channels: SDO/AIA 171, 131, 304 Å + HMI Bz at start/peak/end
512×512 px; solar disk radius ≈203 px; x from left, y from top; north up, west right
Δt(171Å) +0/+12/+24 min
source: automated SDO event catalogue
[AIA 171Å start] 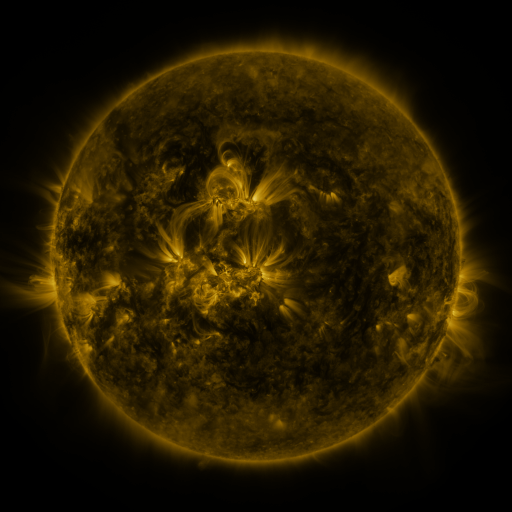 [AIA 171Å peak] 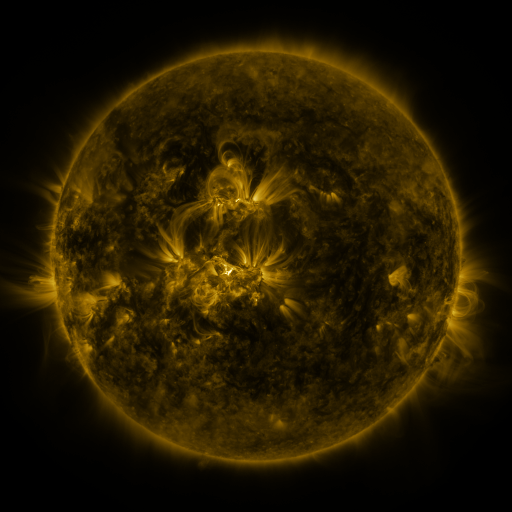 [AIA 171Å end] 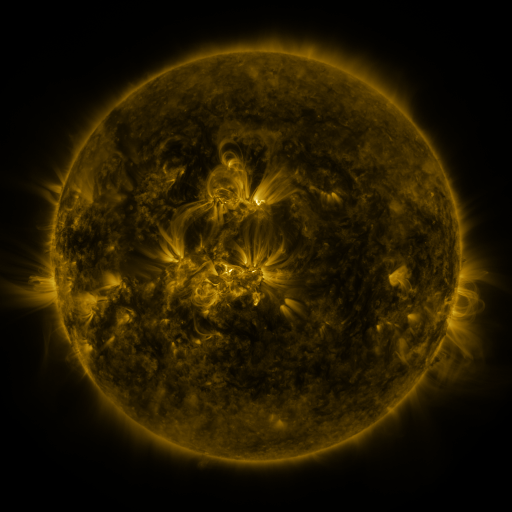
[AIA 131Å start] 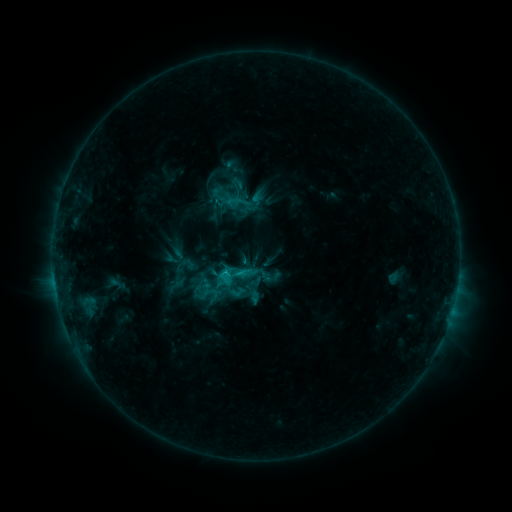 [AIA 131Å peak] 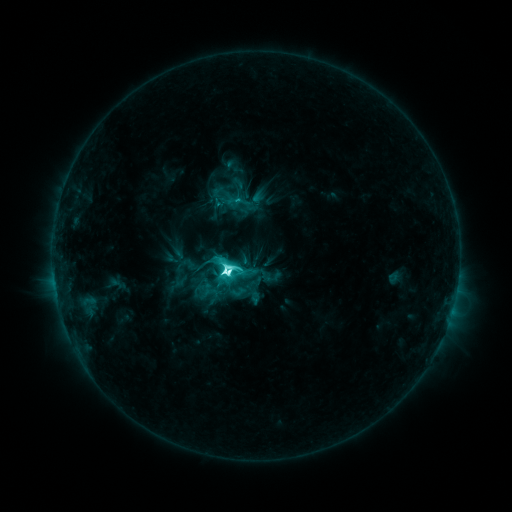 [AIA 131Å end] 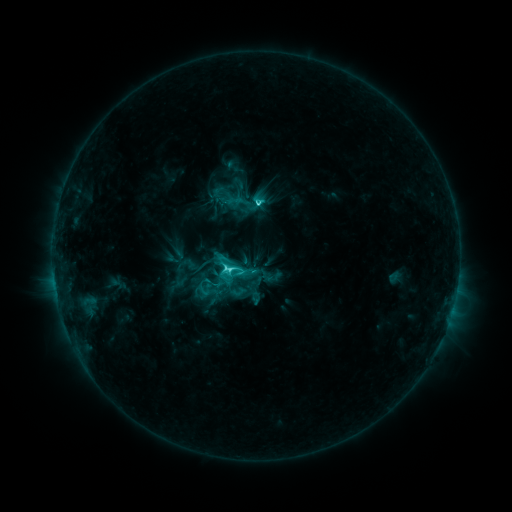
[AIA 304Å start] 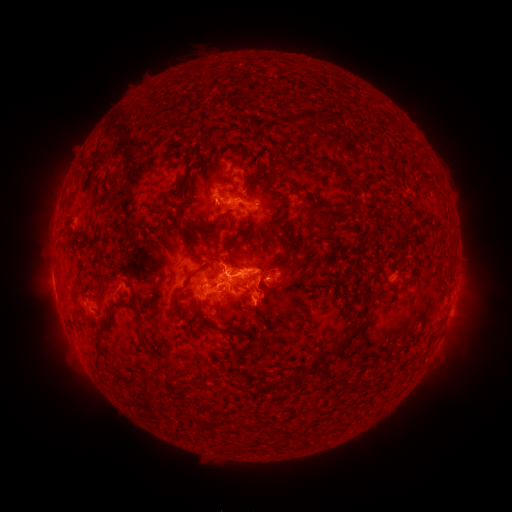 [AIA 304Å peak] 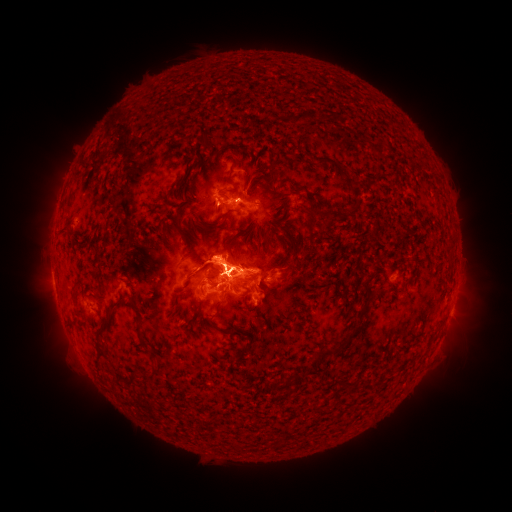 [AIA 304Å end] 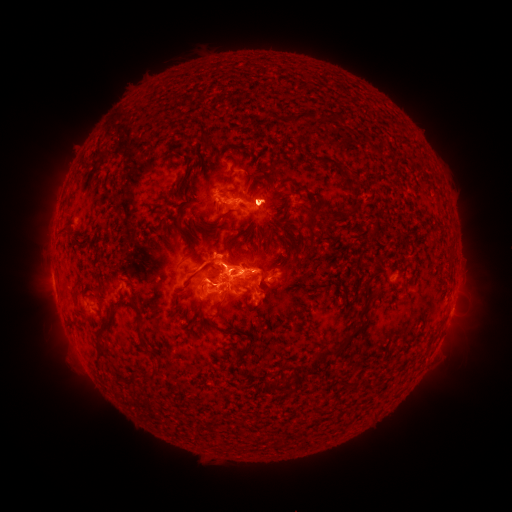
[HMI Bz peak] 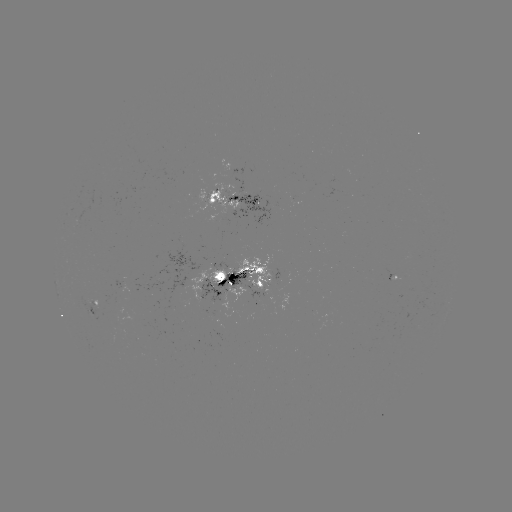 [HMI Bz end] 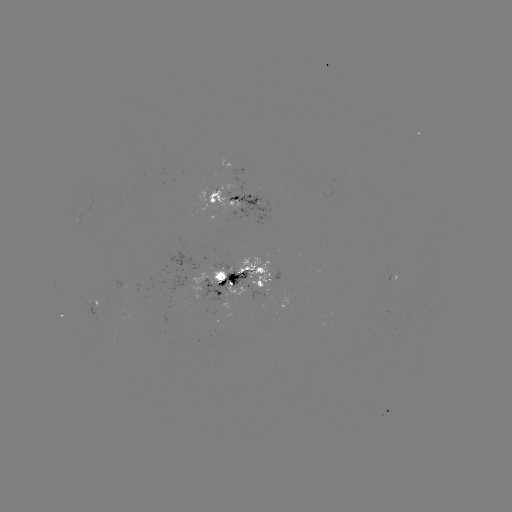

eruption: <bbox>113, 215, 325, 375</bbox>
